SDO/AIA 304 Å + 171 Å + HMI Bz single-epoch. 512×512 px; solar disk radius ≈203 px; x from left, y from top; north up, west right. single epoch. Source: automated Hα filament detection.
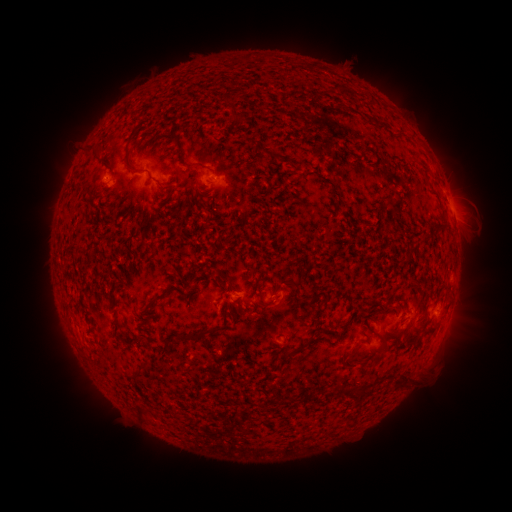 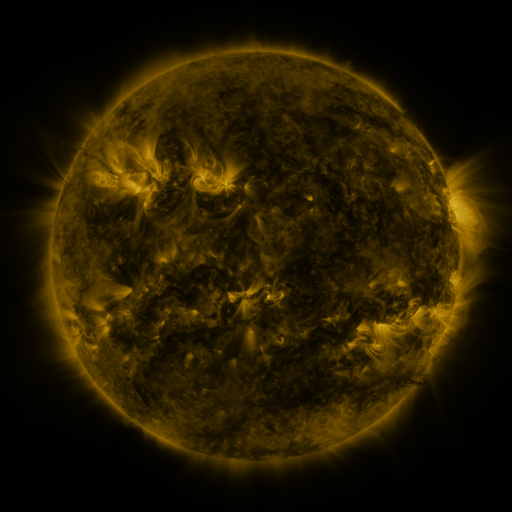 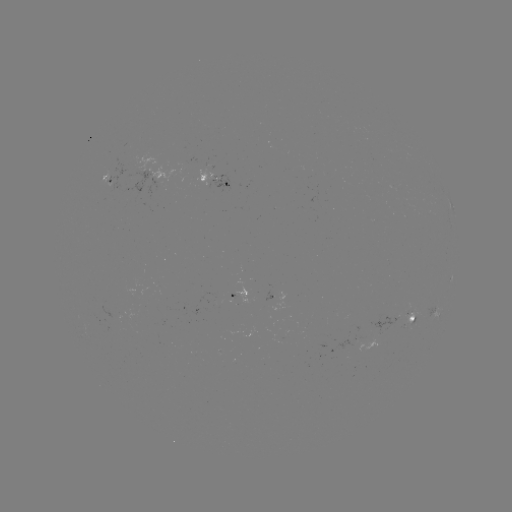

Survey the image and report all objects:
filament: (347, 91)
filament: (232, 108)
filament: (237, 117)
filament: (96, 155)
filament: (127, 162)
filament: (195, 165)
filament: (150, 175)
filament: (426, 239)
filament: (221, 277)
filament: (202, 282)
filament: (289, 282)
filament: (166, 291)
filament: (187, 300)
filament: (306, 300)
filament: (346, 322)
filament: (201, 335)
filament: (405, 342)
filament: (348, 354)
filament: (286, 355)
filament: (376, 360)
filament: (403, 382)
filament: (141, 411)
